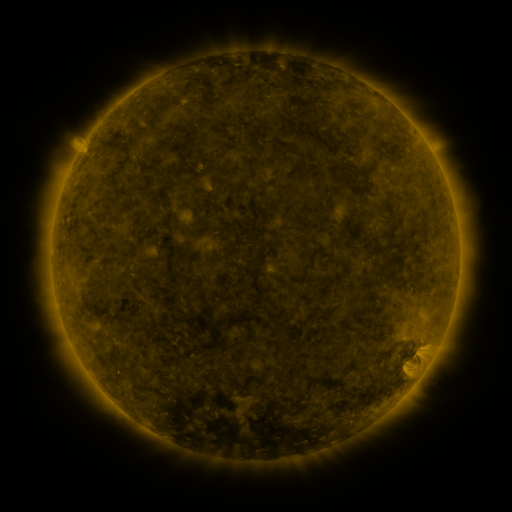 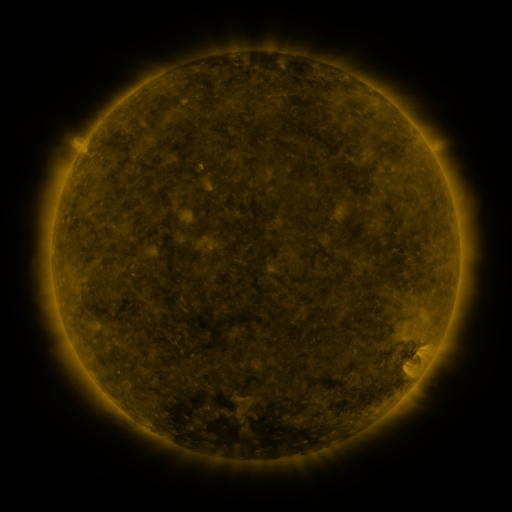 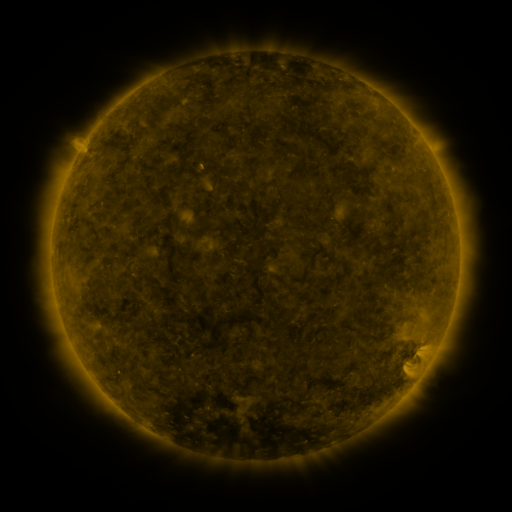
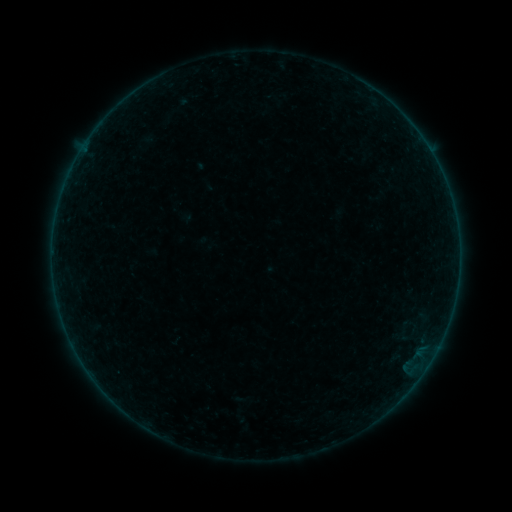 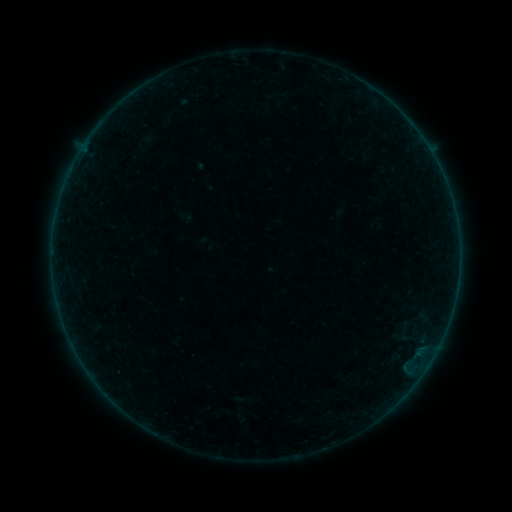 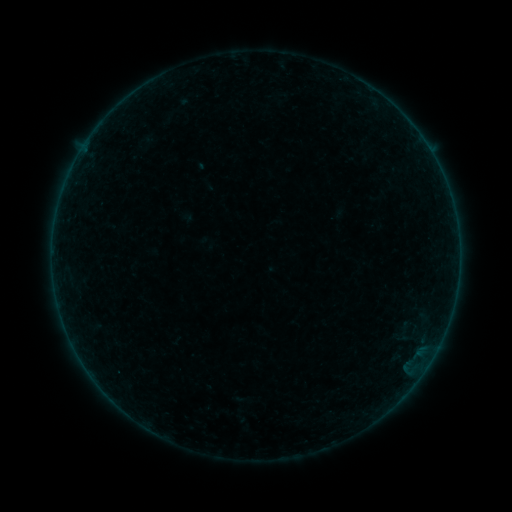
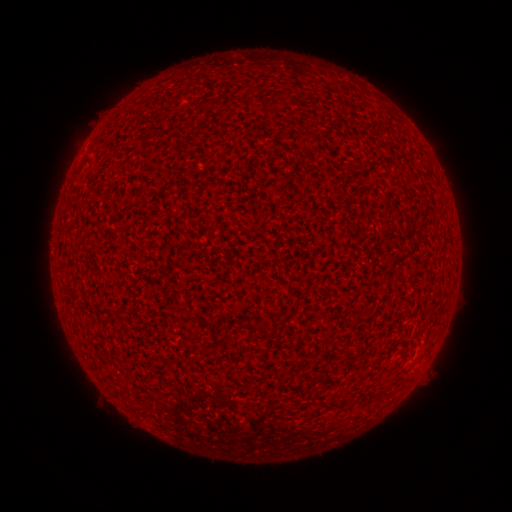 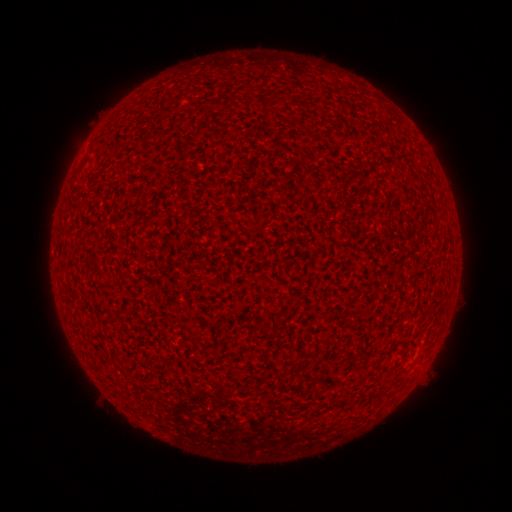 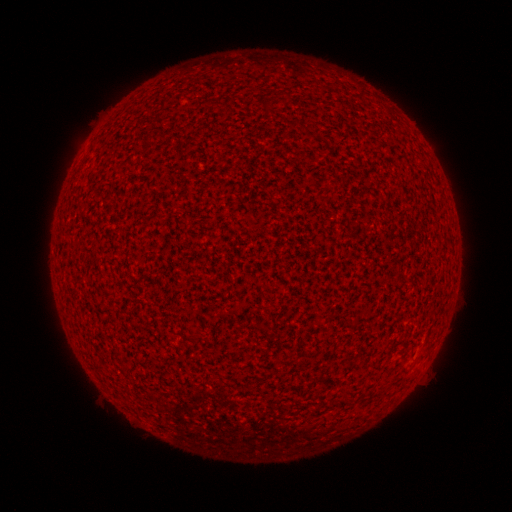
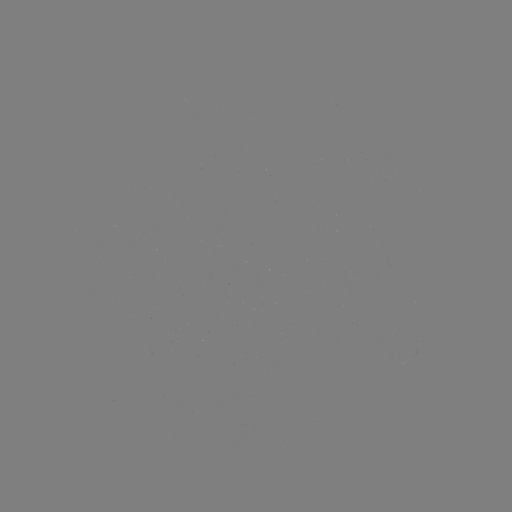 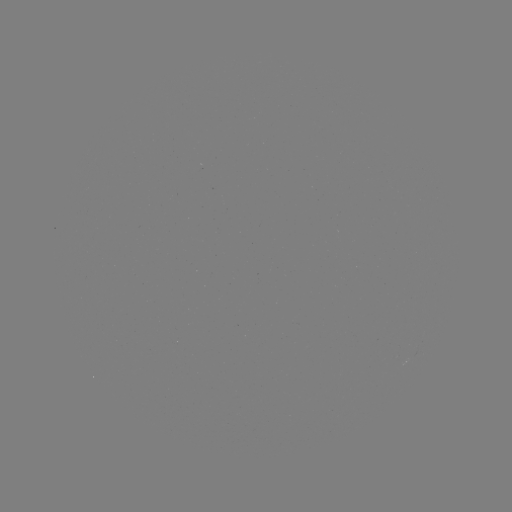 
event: flare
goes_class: A5.1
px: (202, 167)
